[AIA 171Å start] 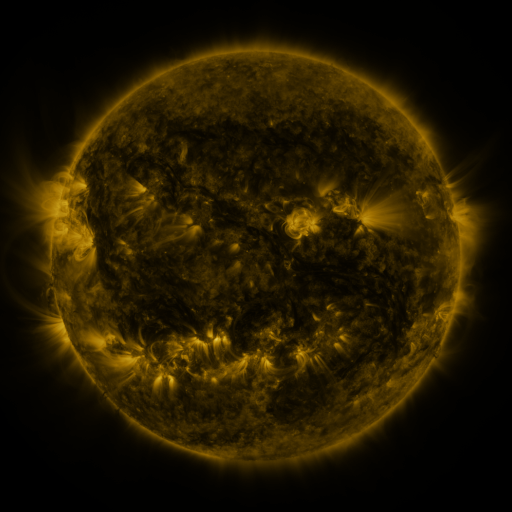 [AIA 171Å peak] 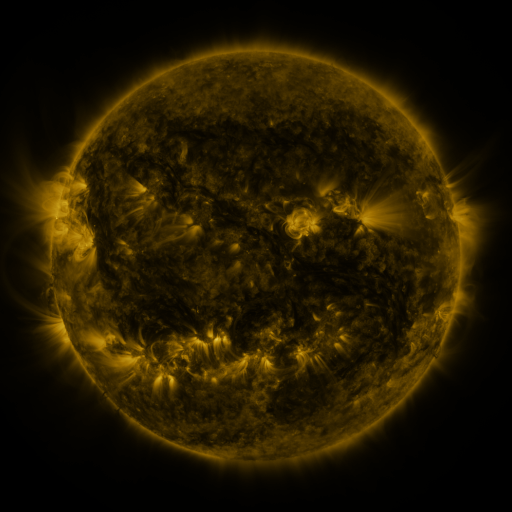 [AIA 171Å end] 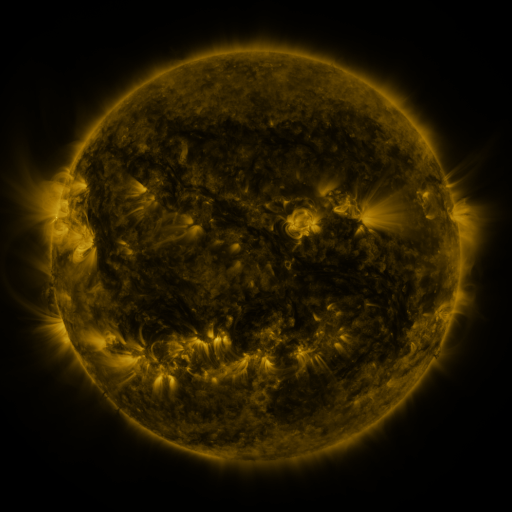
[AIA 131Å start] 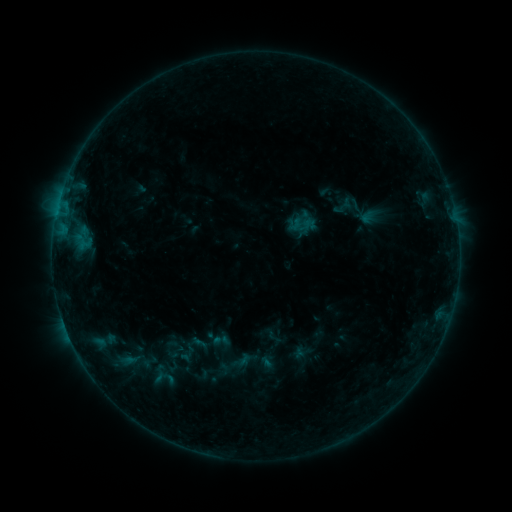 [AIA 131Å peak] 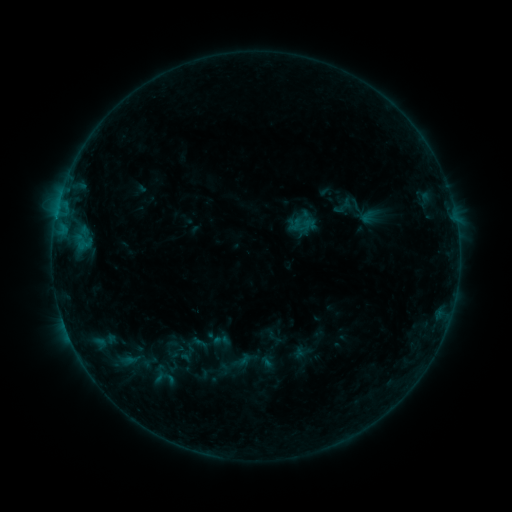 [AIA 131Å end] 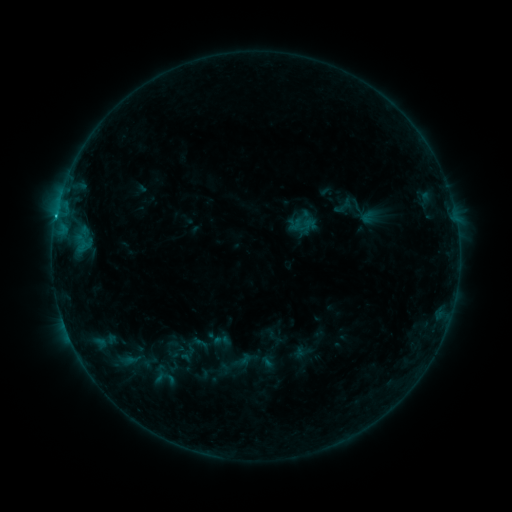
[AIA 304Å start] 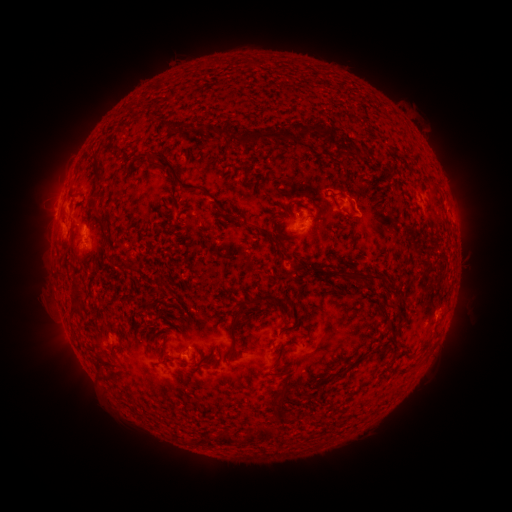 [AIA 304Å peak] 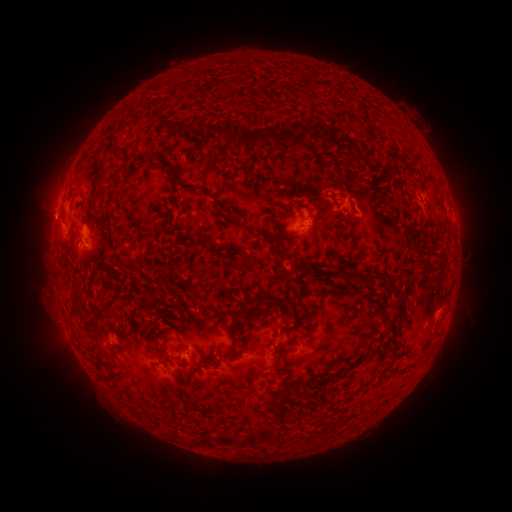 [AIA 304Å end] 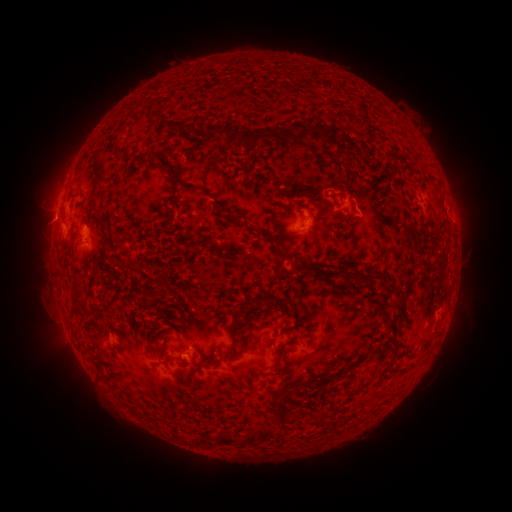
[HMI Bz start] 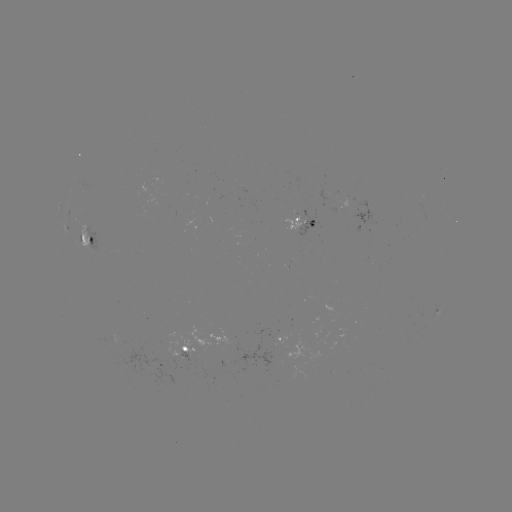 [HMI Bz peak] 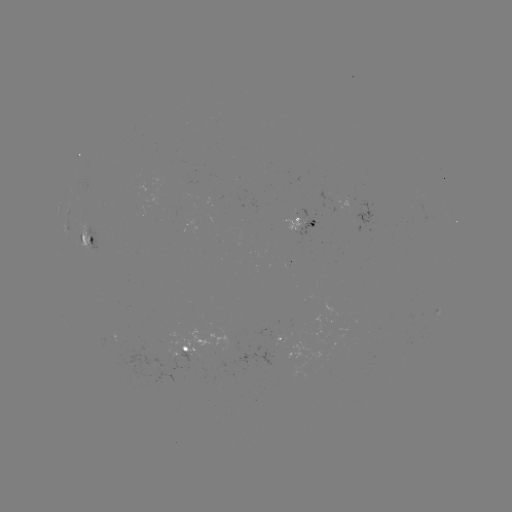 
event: eruption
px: (47, 218)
